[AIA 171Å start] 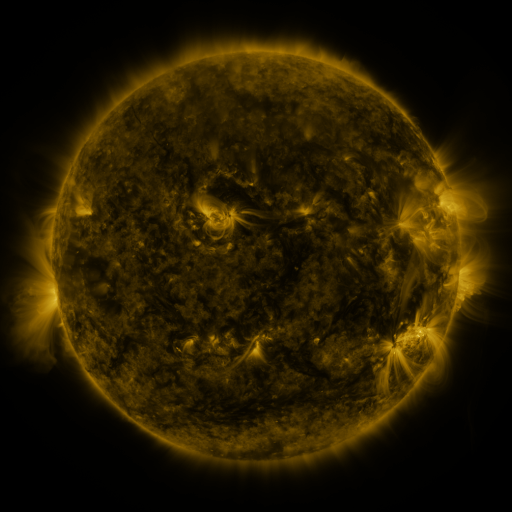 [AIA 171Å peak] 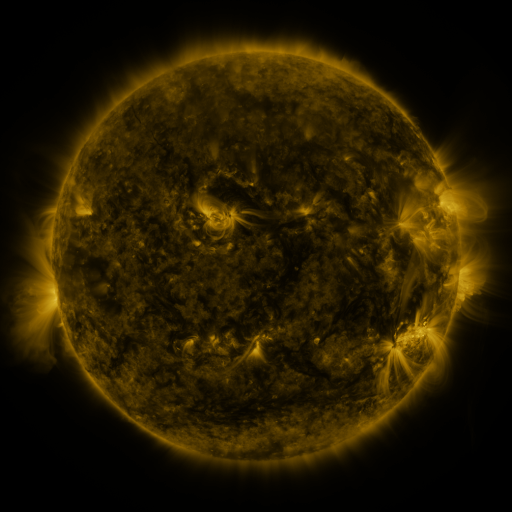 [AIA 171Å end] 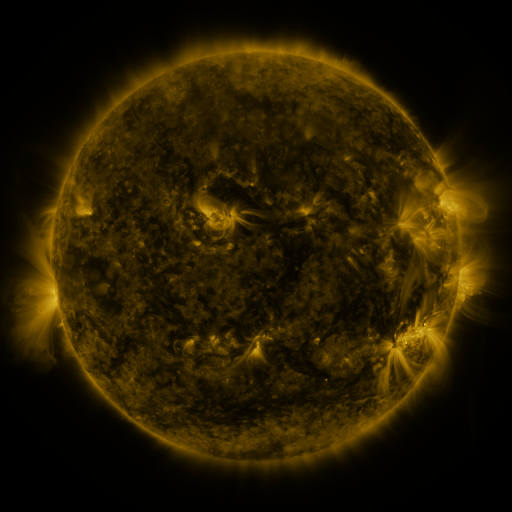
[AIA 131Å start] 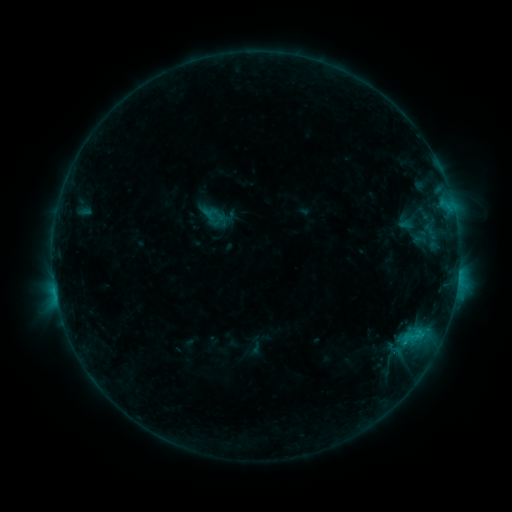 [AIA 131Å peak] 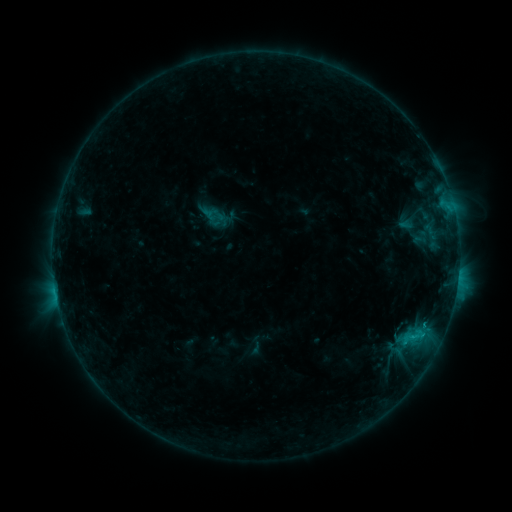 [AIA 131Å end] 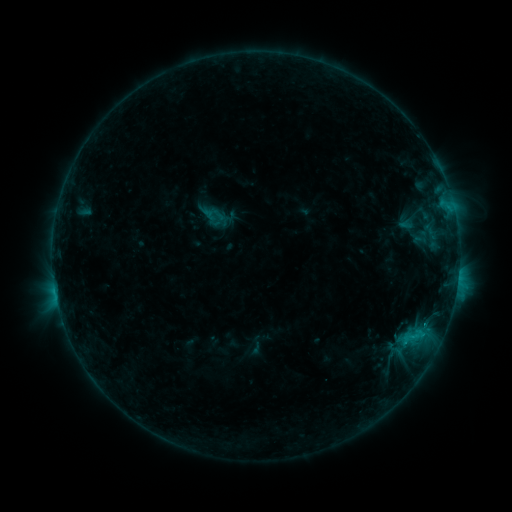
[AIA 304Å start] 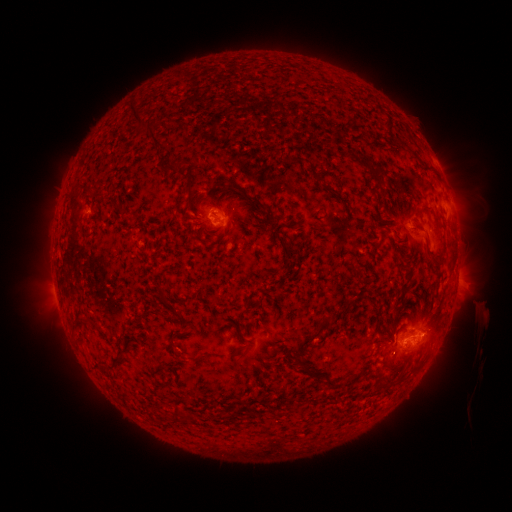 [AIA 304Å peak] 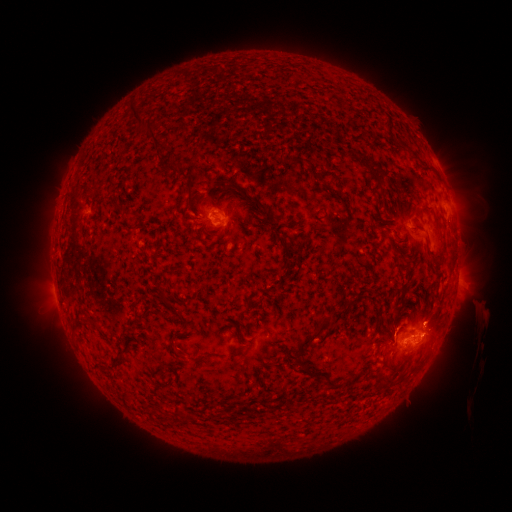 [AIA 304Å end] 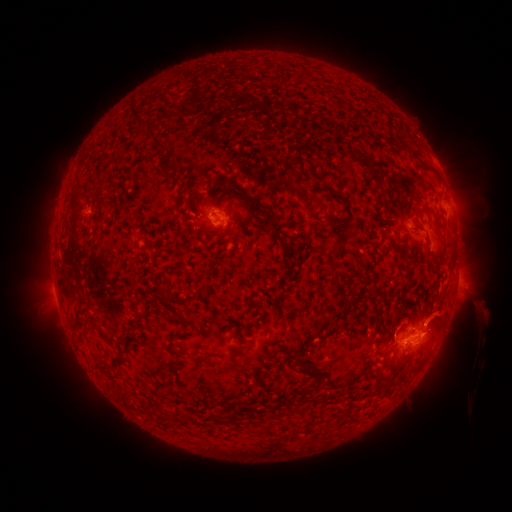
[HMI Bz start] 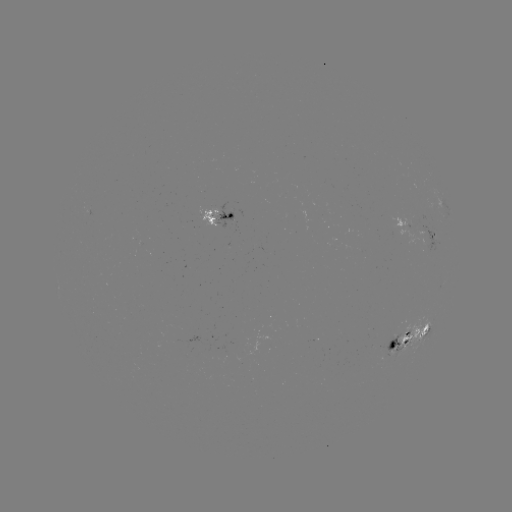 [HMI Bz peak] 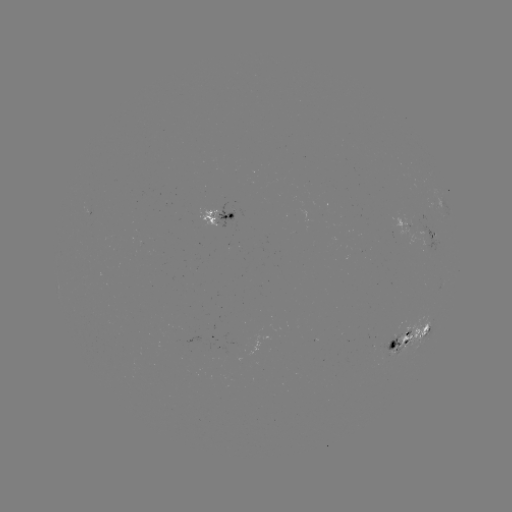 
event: flare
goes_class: C1.4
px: (422, 333)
